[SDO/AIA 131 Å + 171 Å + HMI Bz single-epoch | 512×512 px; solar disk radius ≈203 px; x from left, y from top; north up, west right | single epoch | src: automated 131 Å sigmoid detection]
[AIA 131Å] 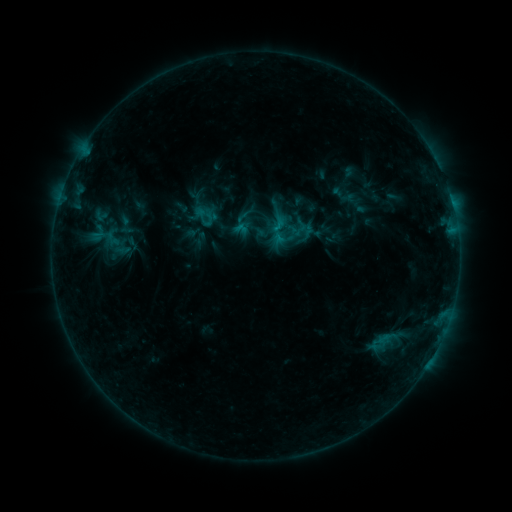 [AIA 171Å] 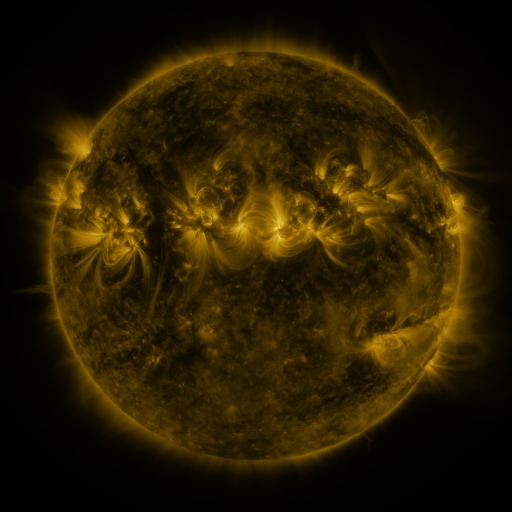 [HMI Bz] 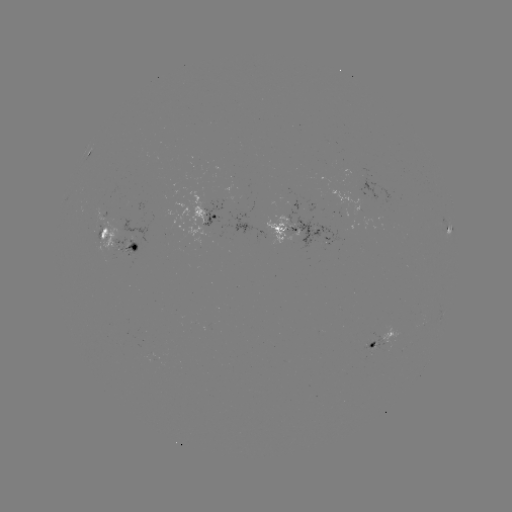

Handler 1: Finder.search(sigmoid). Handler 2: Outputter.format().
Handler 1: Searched sigmoid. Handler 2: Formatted (278, 224).